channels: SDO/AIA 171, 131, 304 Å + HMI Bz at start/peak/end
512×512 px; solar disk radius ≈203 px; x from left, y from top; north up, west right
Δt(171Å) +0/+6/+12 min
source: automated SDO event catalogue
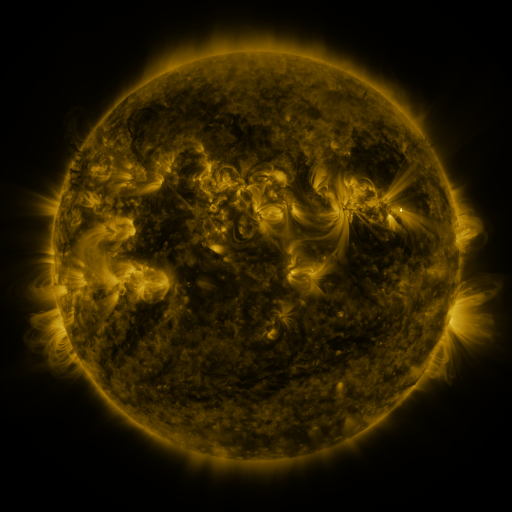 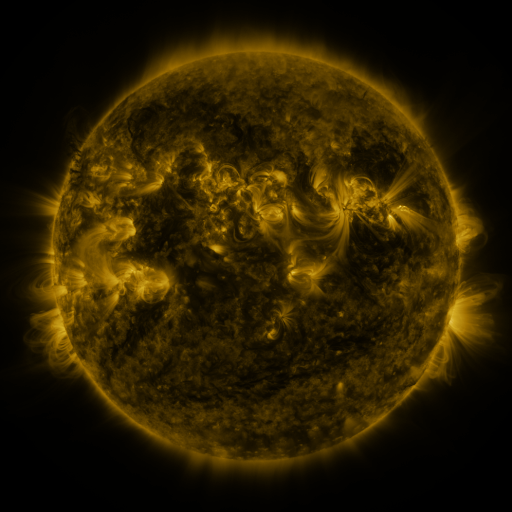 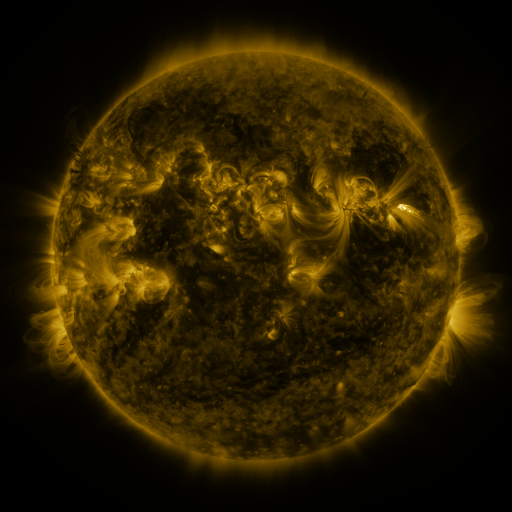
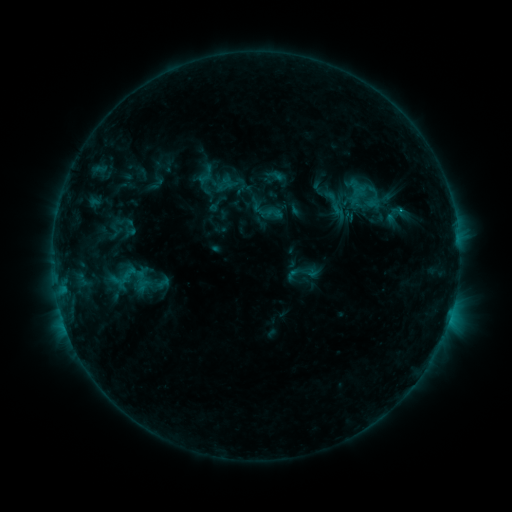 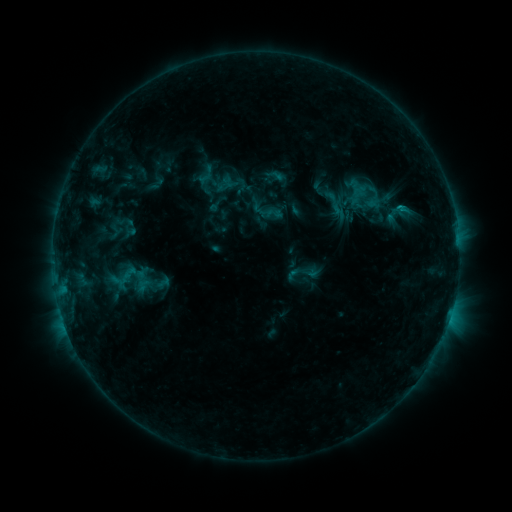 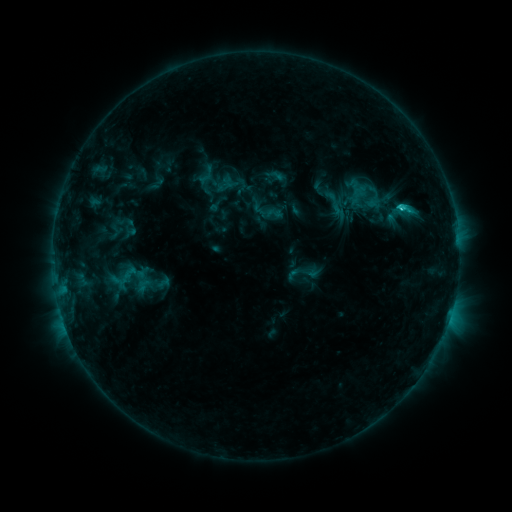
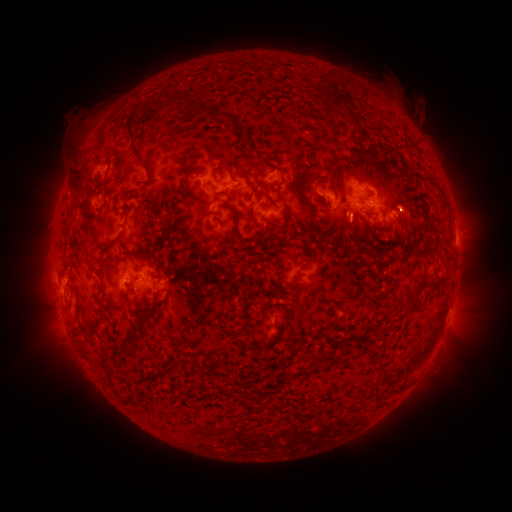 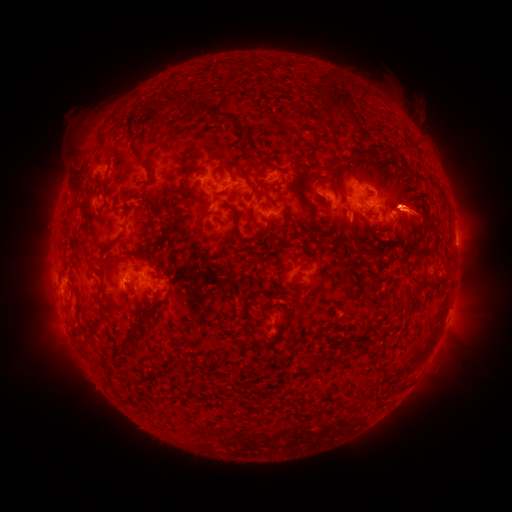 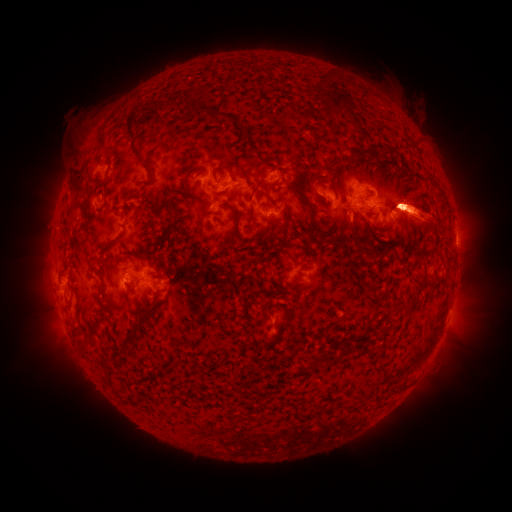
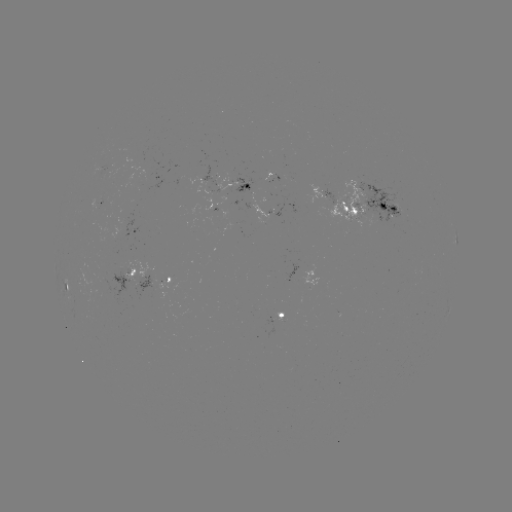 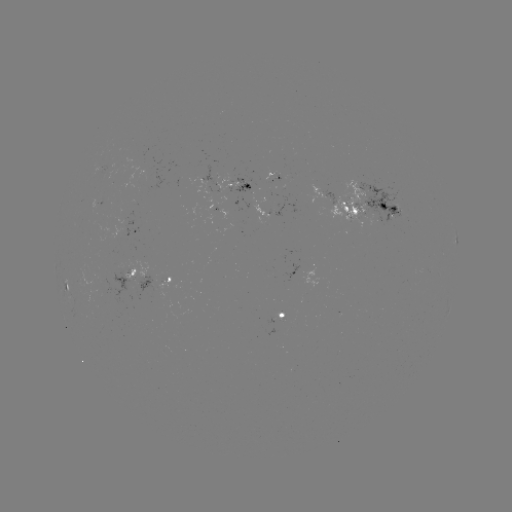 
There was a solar eruption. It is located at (413, 207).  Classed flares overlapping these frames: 1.